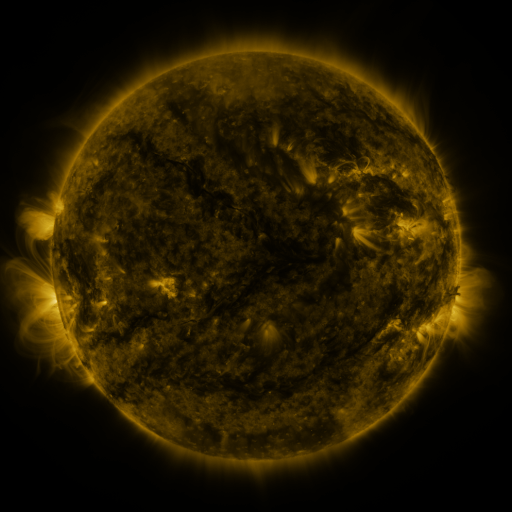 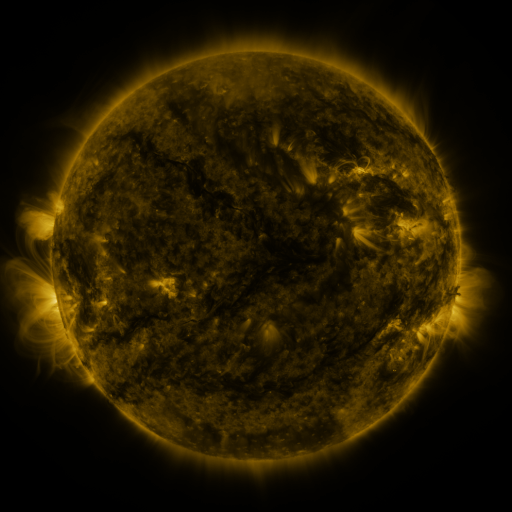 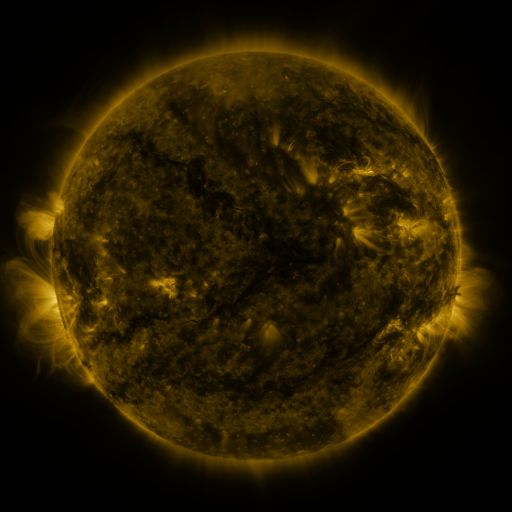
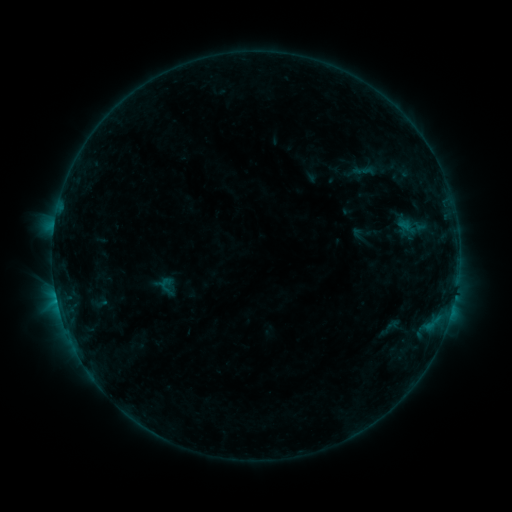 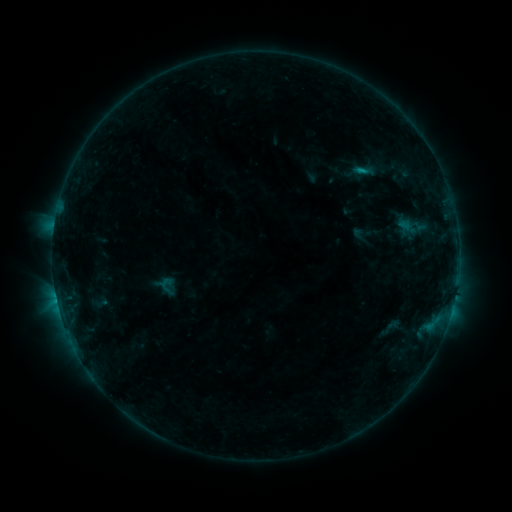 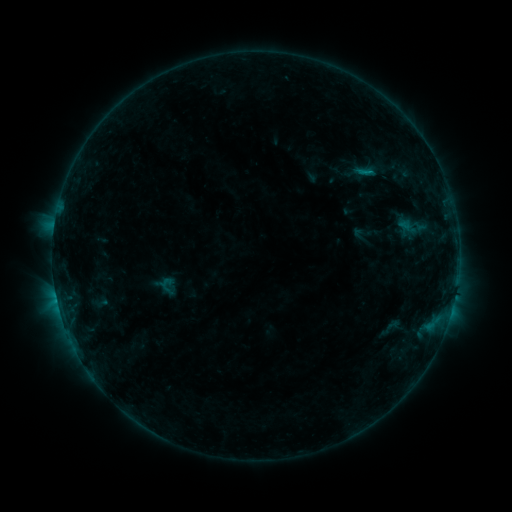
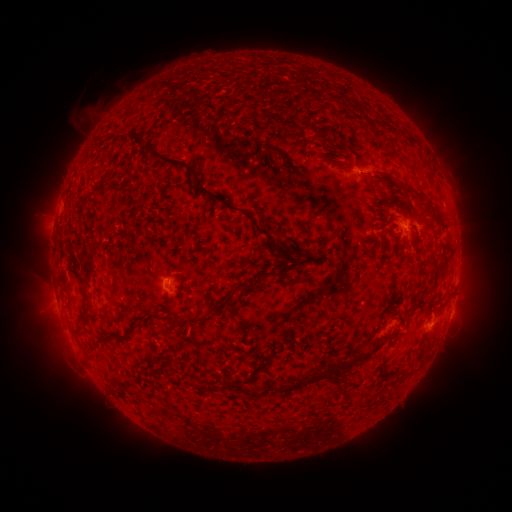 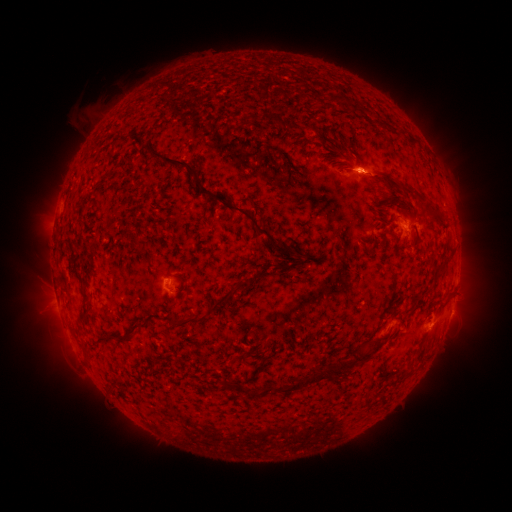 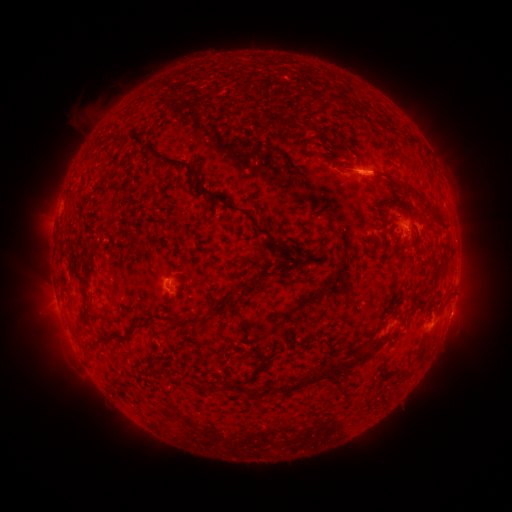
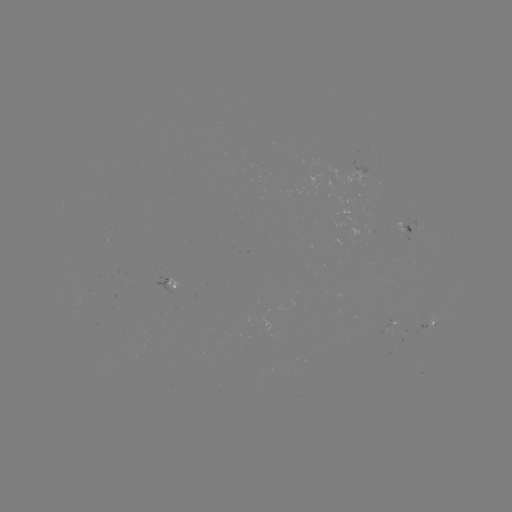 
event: flare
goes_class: B3.8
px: (360, 172)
